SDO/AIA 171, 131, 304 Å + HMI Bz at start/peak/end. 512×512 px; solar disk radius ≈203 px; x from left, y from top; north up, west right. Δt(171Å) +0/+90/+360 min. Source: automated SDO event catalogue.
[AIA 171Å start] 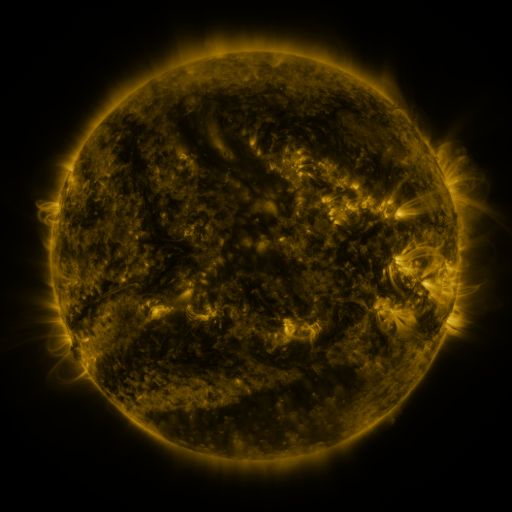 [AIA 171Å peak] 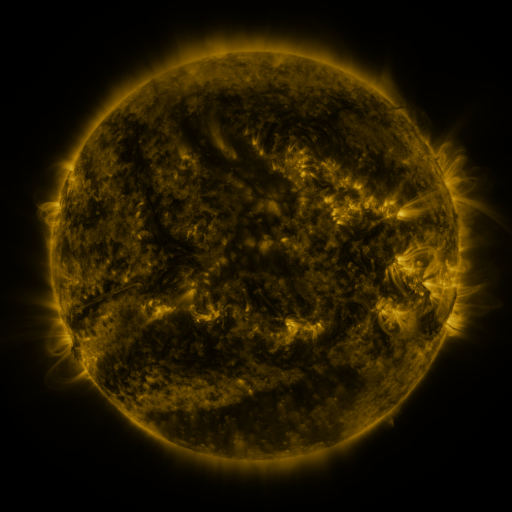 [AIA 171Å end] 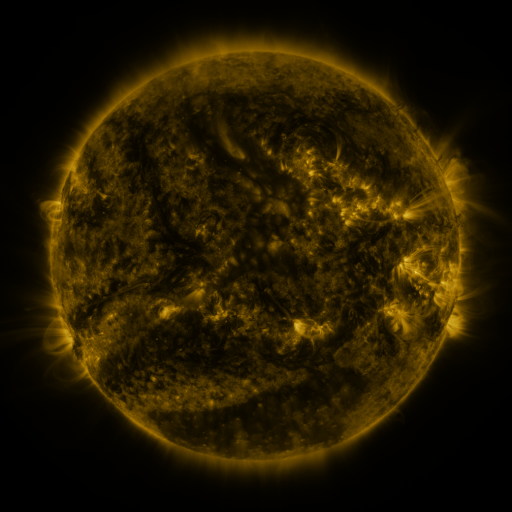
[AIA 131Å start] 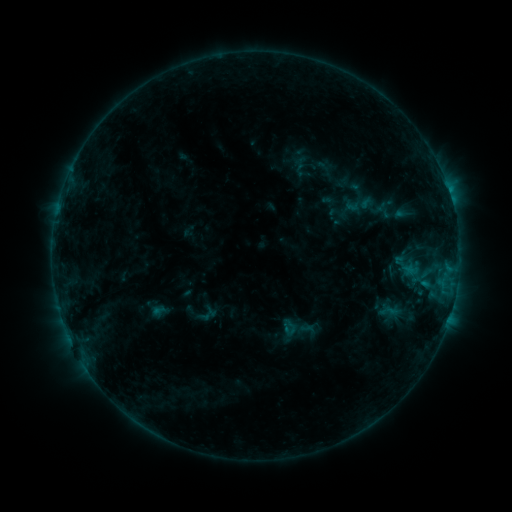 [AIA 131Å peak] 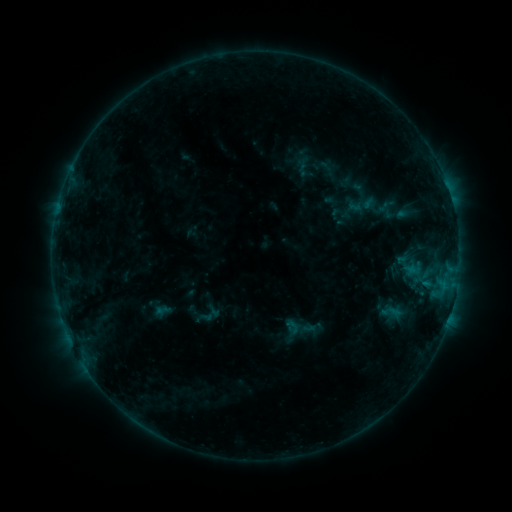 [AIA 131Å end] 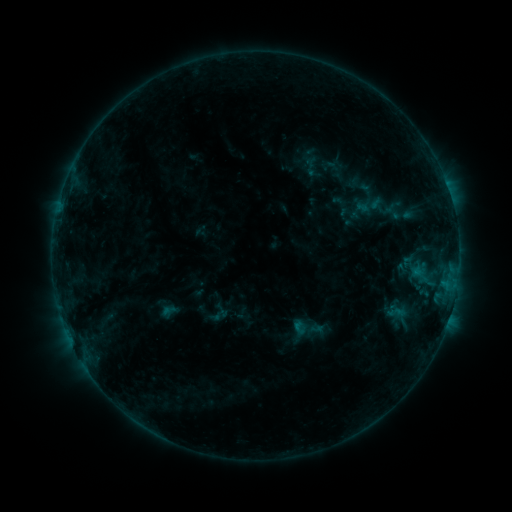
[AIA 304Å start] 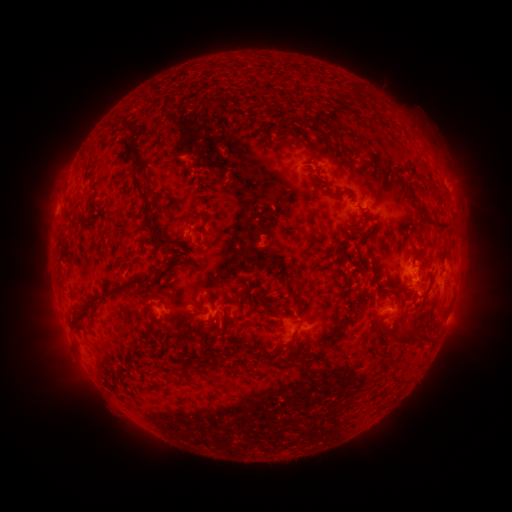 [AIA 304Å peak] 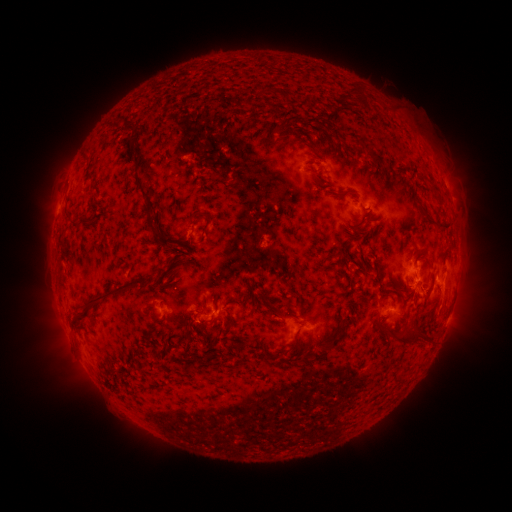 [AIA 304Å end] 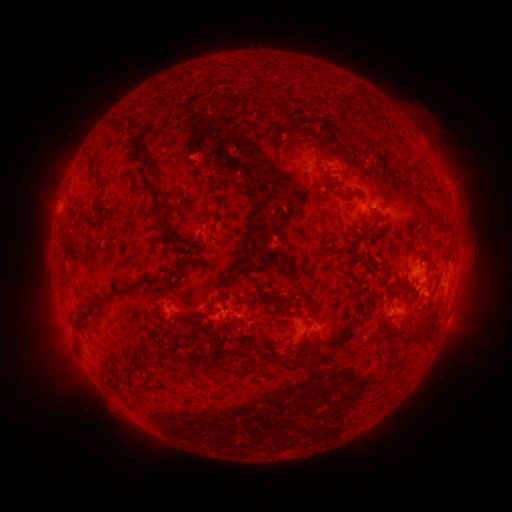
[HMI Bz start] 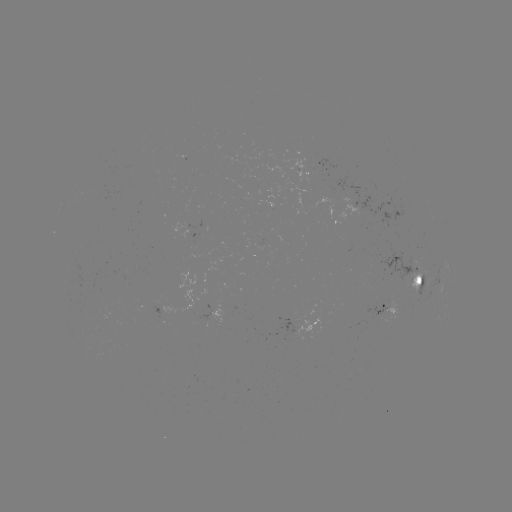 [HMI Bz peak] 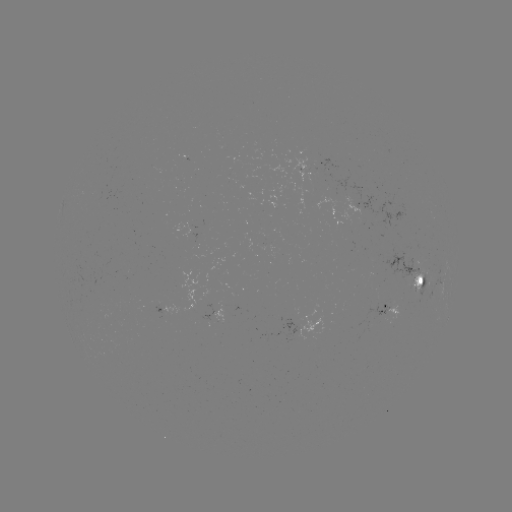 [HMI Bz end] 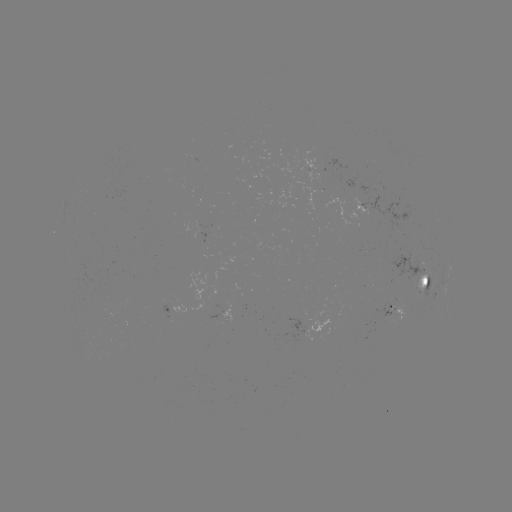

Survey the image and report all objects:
B7.5 flare: (438, 292)
